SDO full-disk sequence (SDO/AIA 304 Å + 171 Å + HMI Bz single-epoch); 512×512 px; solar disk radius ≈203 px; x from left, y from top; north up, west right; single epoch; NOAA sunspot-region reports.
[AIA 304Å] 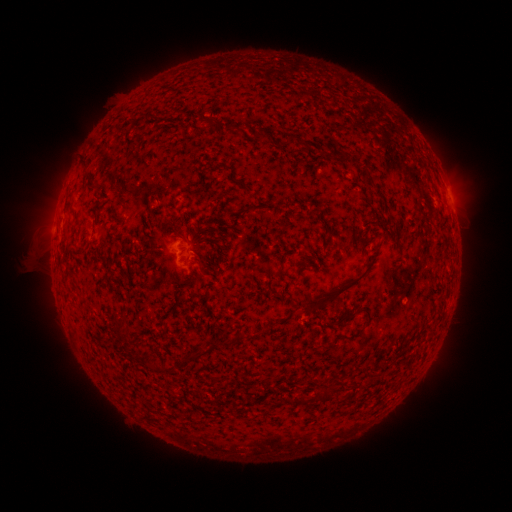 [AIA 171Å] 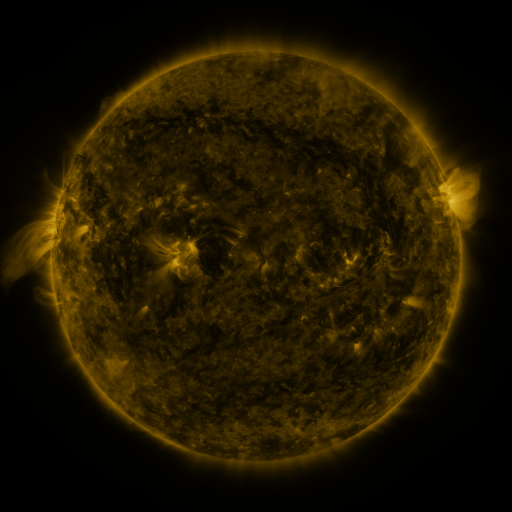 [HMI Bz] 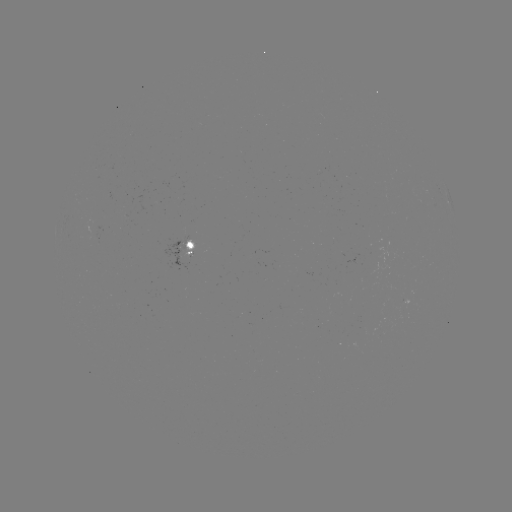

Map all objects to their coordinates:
spotted active region: (452, 206)
spotted active region: (193, 247)
